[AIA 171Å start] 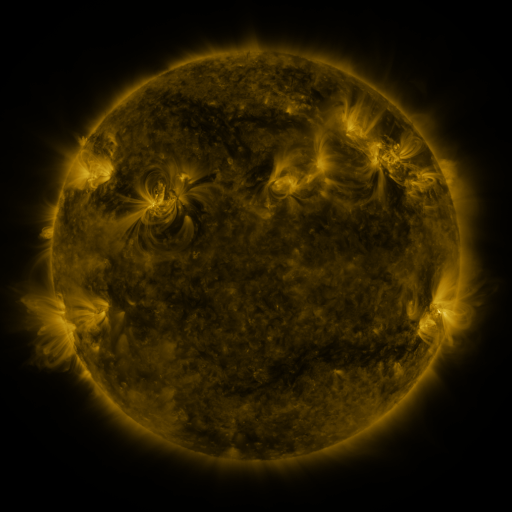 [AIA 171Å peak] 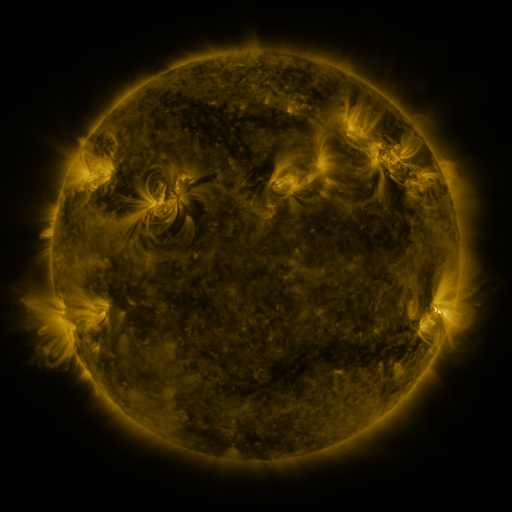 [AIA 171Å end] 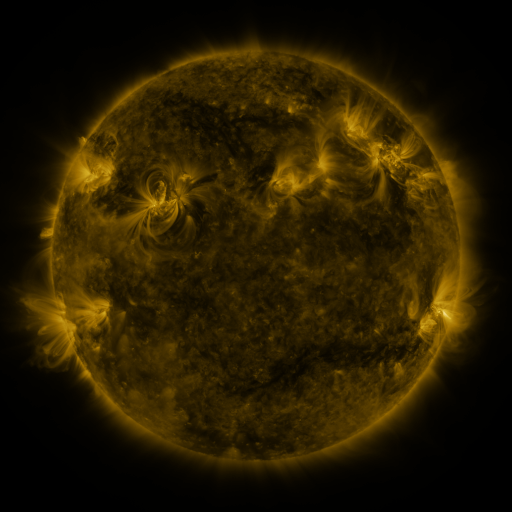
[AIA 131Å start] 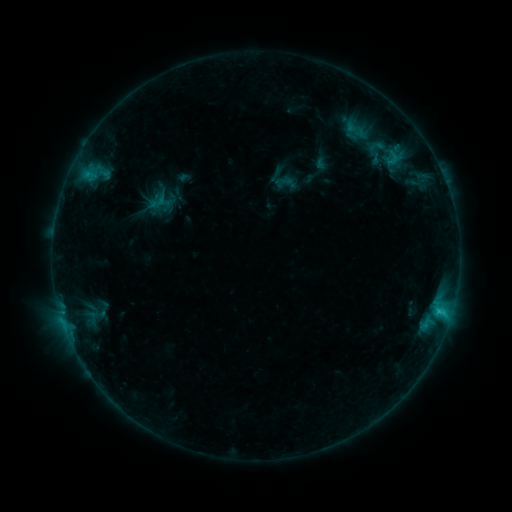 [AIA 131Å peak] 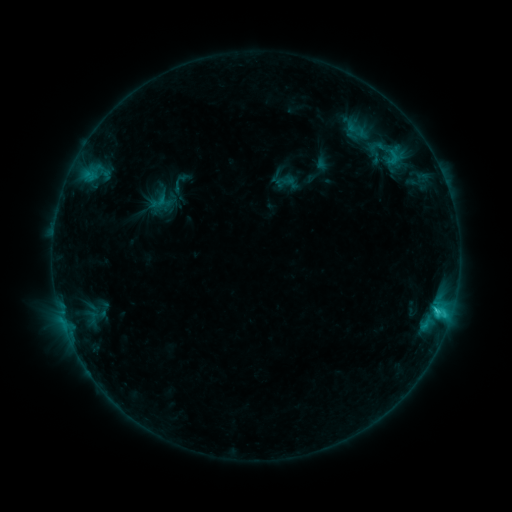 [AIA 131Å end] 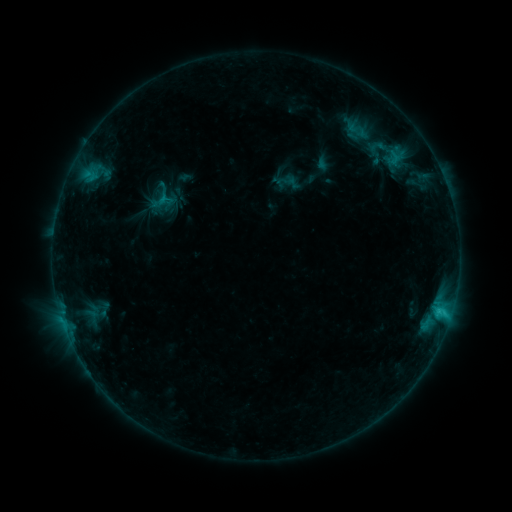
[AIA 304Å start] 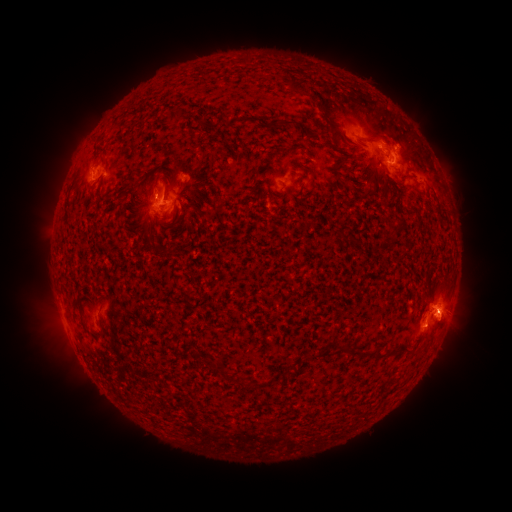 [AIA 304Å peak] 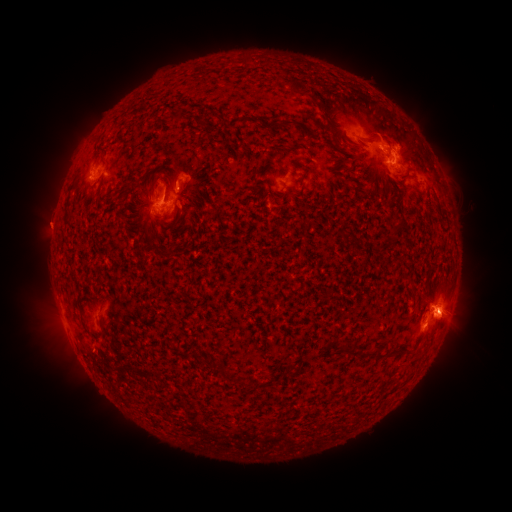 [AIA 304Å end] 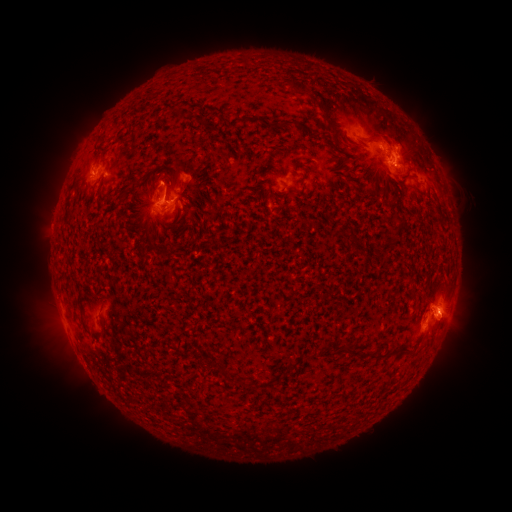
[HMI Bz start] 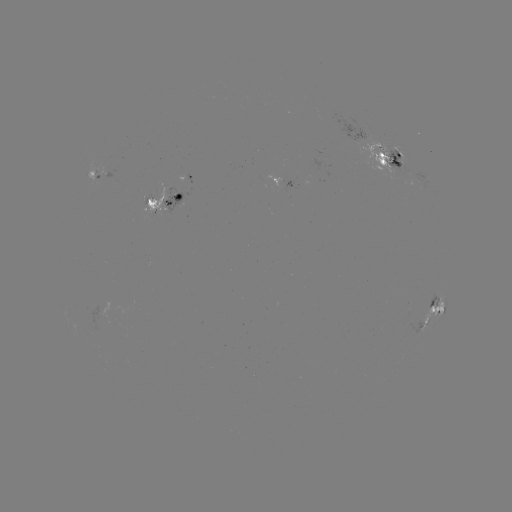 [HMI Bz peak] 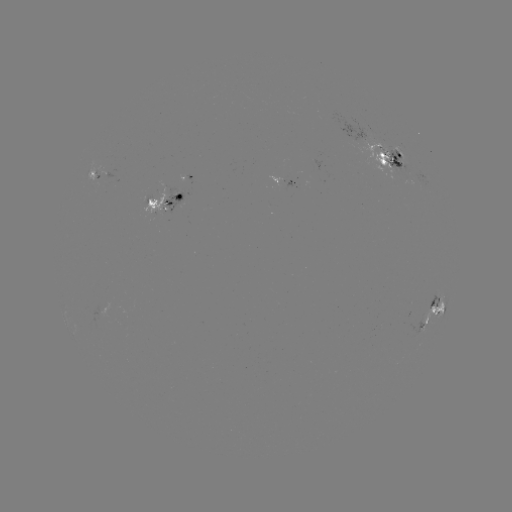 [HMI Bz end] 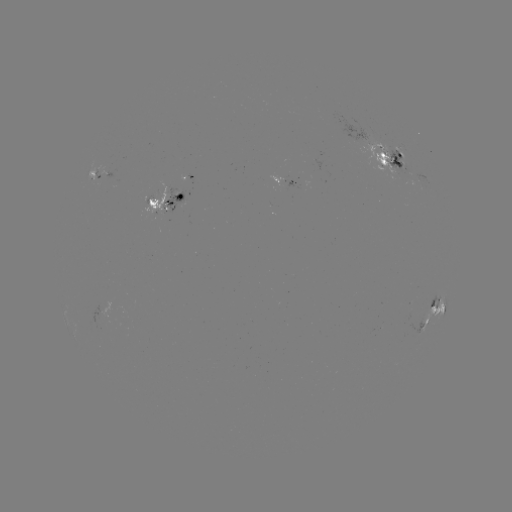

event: emerging-flux region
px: (402, 160)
